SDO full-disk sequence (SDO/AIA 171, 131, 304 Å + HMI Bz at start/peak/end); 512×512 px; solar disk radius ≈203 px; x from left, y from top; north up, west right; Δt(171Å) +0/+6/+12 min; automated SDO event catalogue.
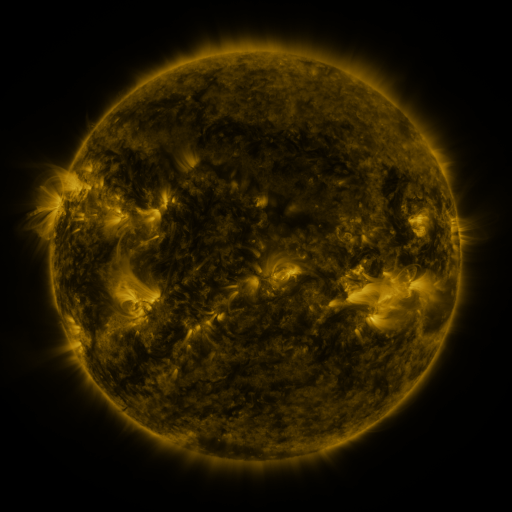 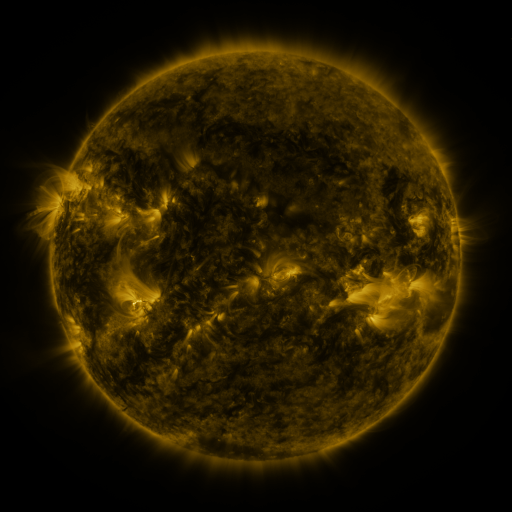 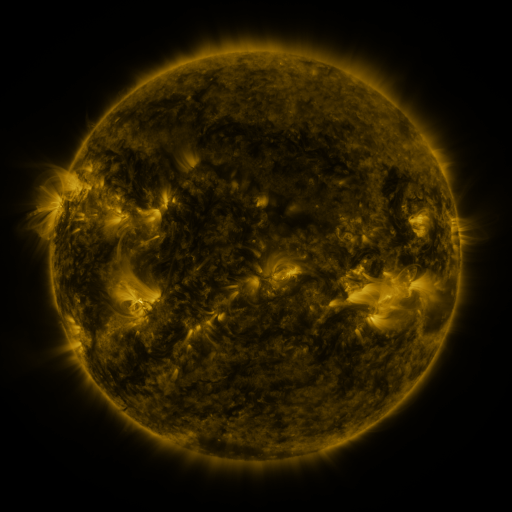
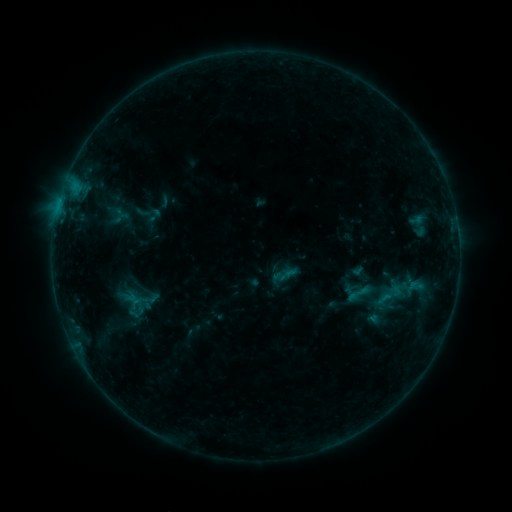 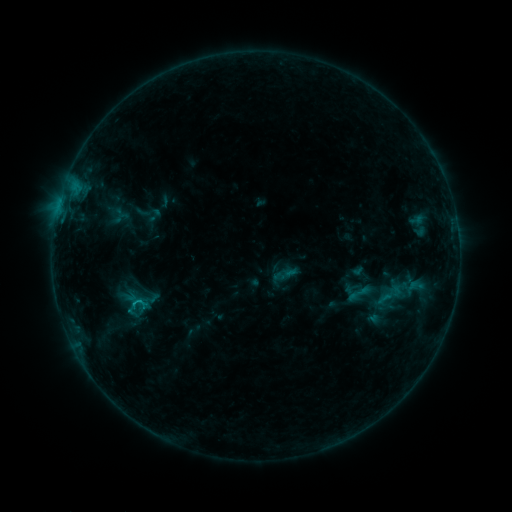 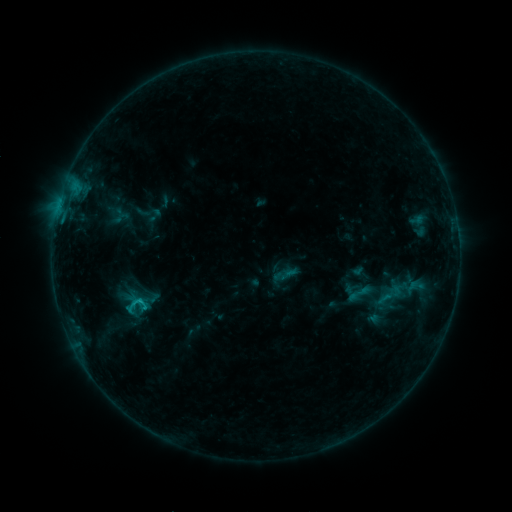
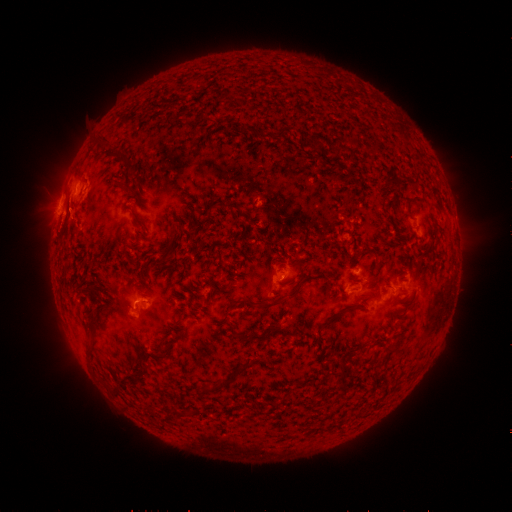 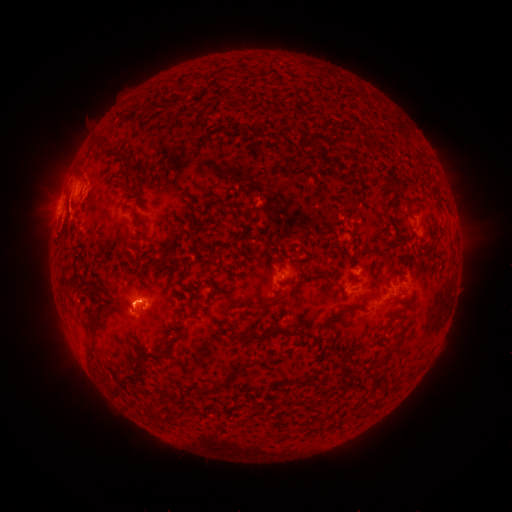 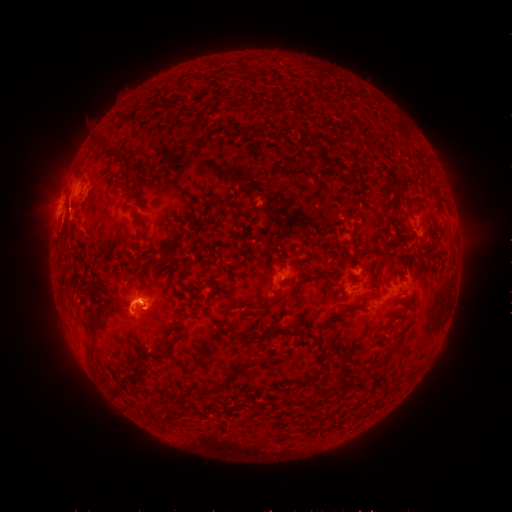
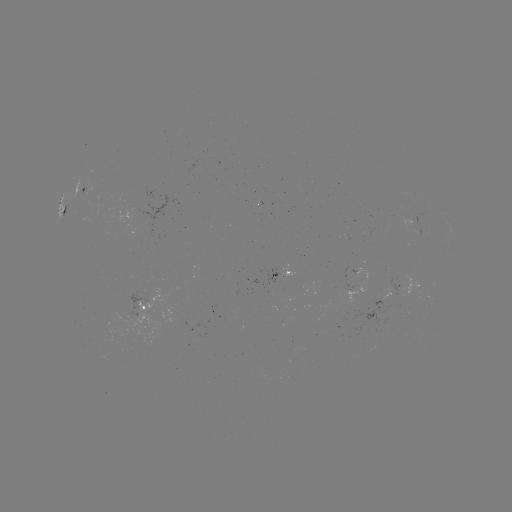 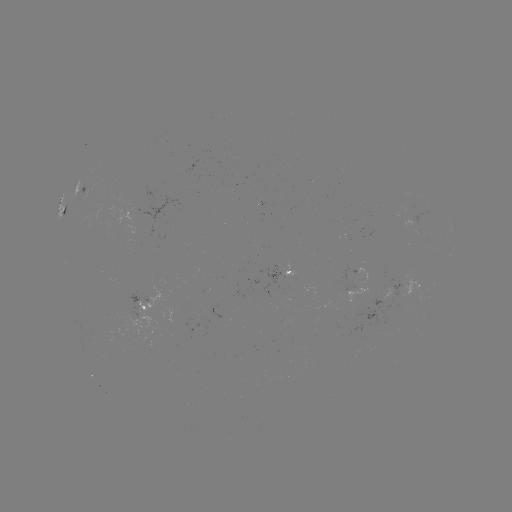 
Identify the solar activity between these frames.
eruption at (127, 302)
